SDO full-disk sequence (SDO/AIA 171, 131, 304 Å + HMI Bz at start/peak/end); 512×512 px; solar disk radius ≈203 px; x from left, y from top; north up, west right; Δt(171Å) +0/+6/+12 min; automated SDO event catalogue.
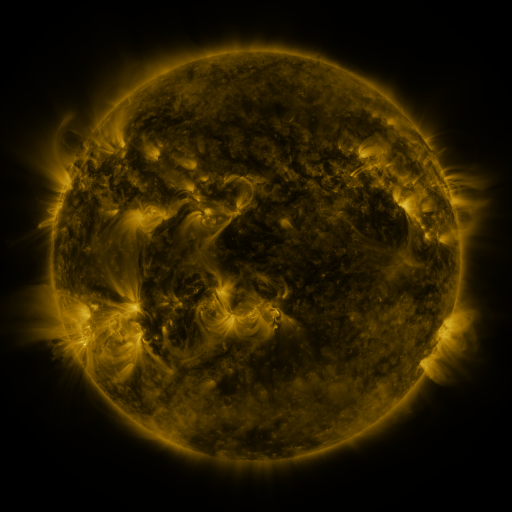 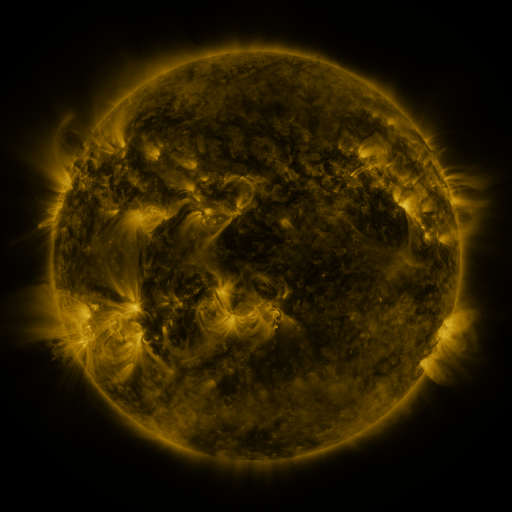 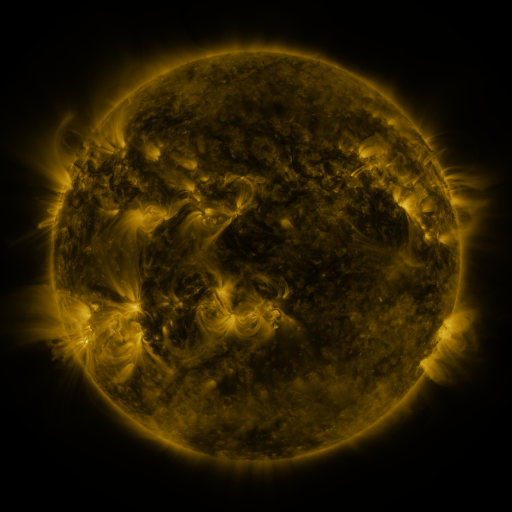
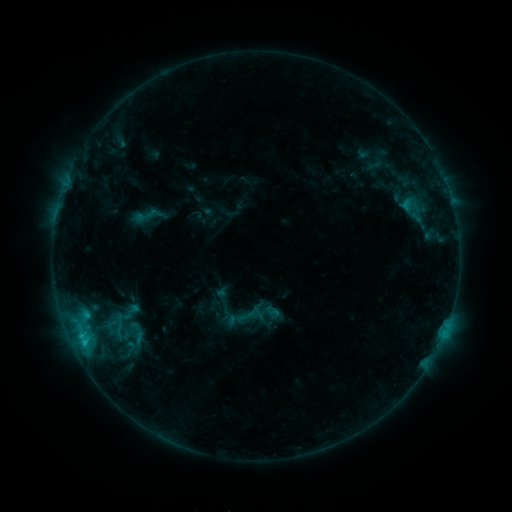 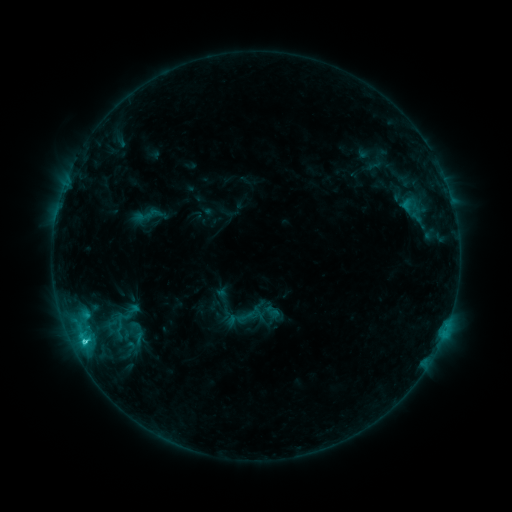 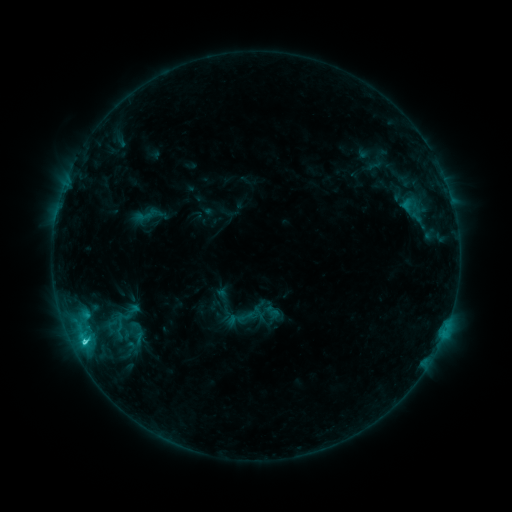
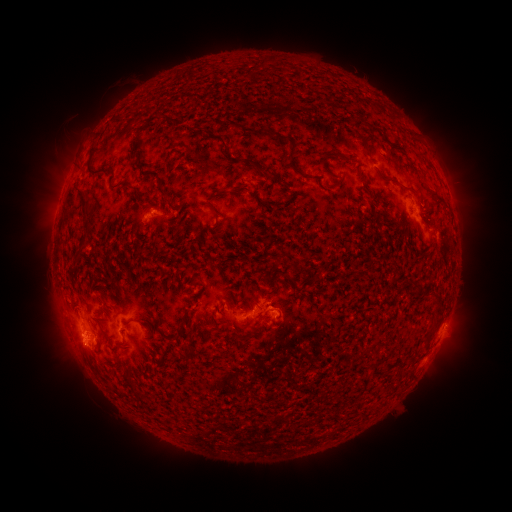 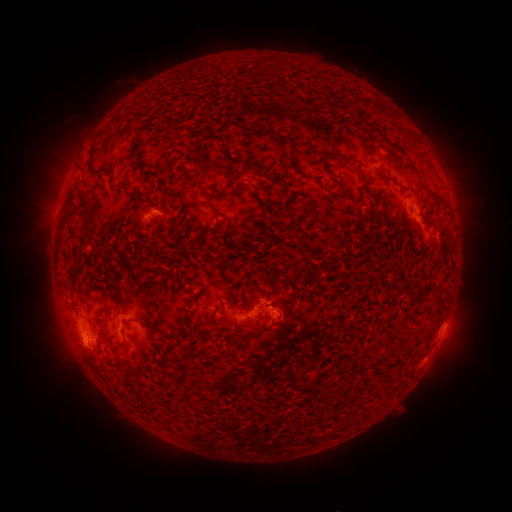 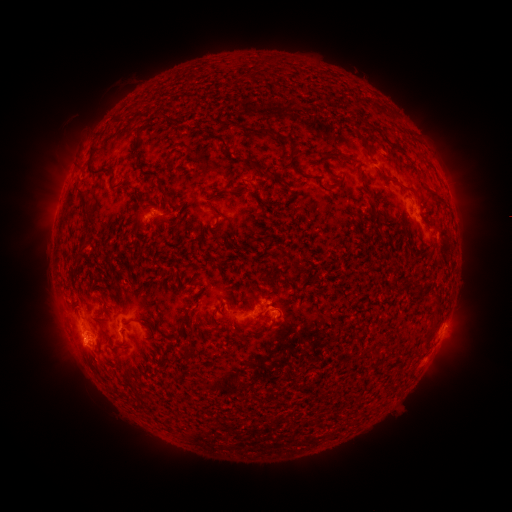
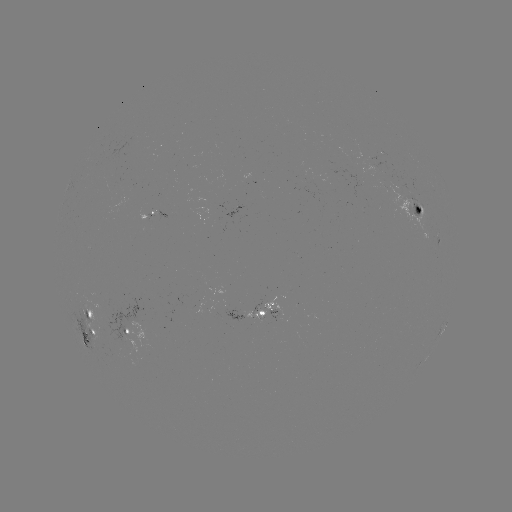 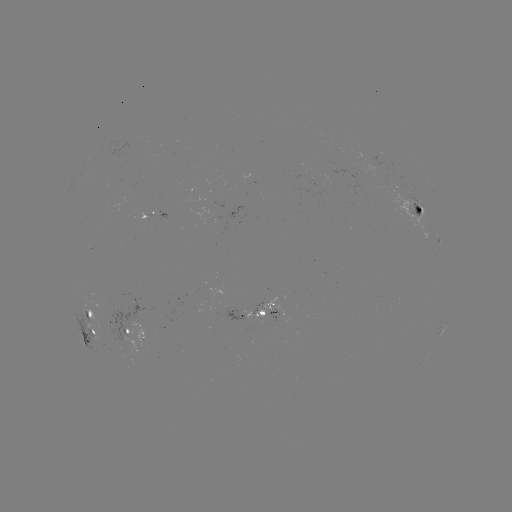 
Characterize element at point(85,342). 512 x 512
C2.3 flare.